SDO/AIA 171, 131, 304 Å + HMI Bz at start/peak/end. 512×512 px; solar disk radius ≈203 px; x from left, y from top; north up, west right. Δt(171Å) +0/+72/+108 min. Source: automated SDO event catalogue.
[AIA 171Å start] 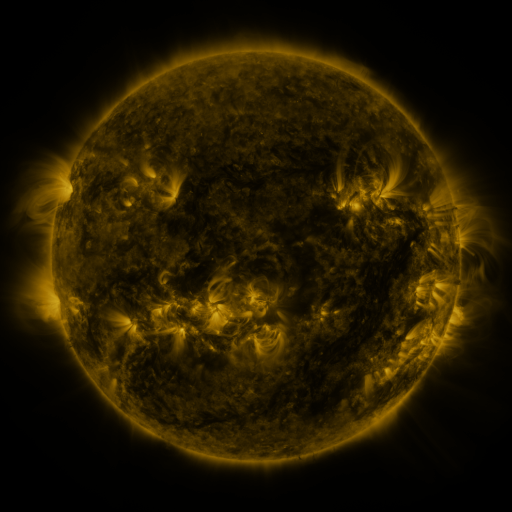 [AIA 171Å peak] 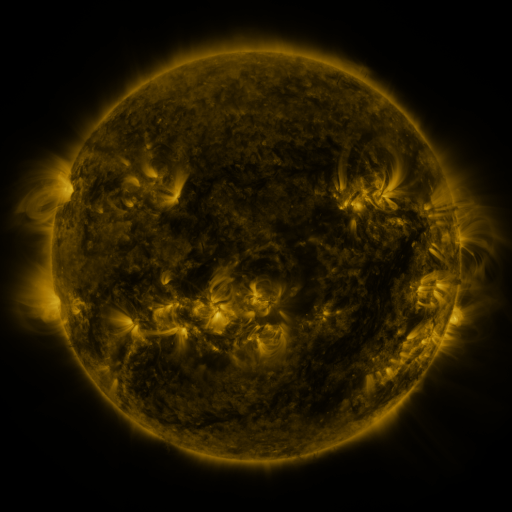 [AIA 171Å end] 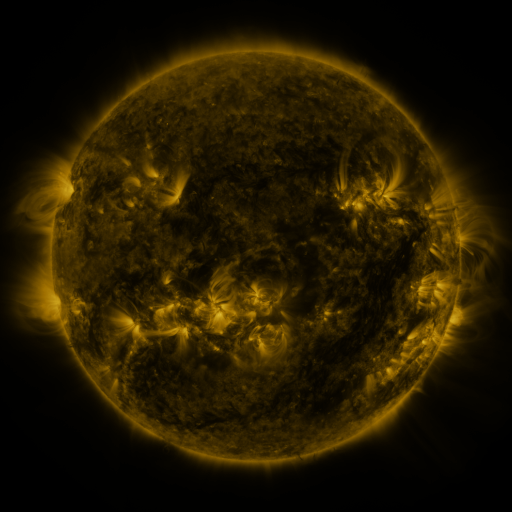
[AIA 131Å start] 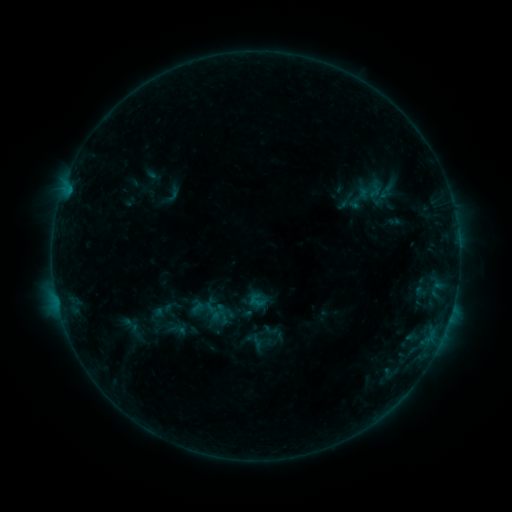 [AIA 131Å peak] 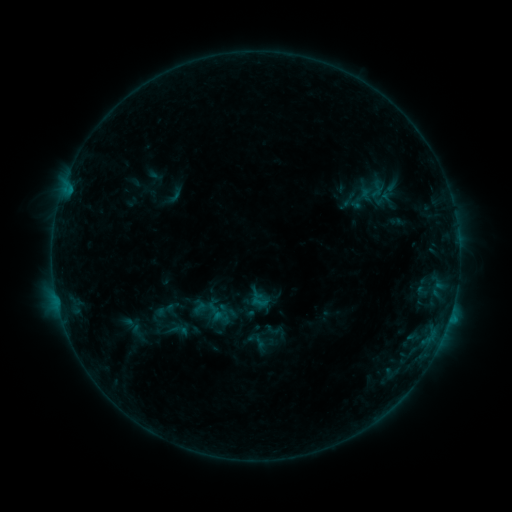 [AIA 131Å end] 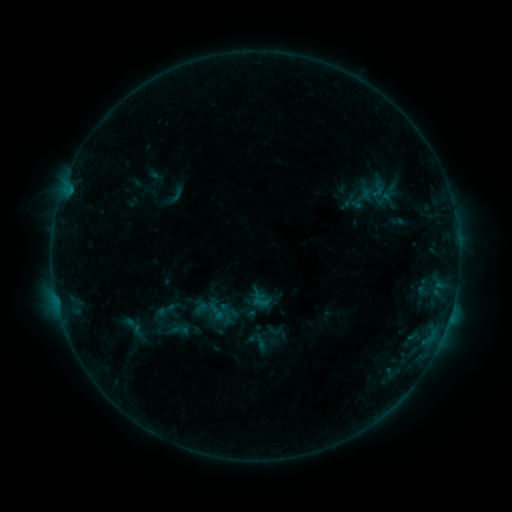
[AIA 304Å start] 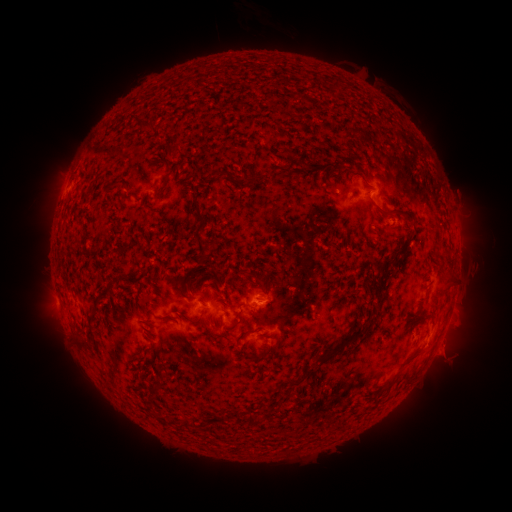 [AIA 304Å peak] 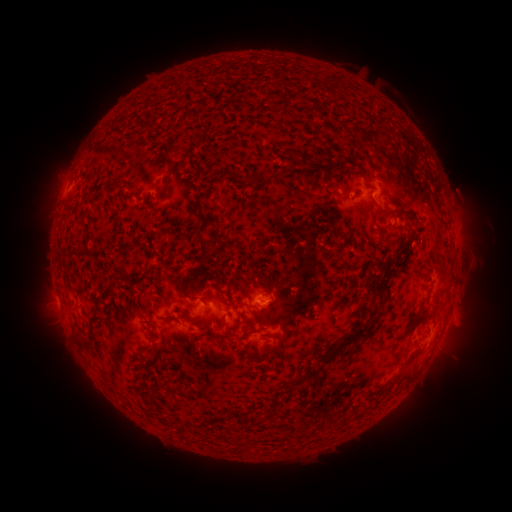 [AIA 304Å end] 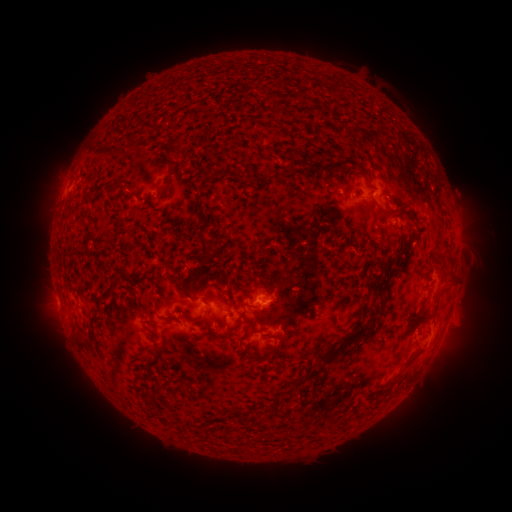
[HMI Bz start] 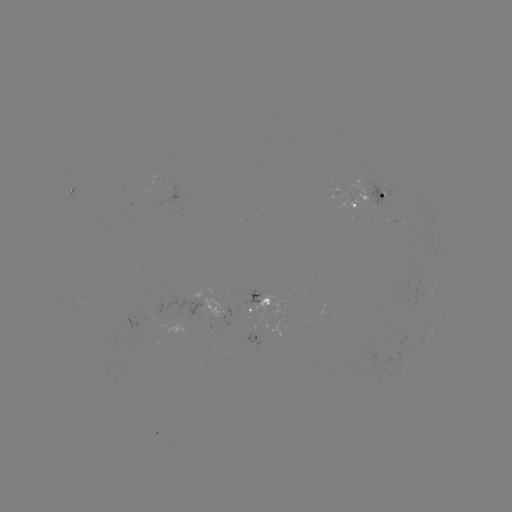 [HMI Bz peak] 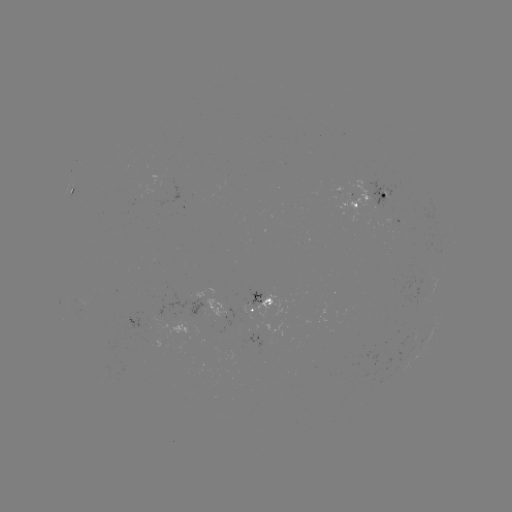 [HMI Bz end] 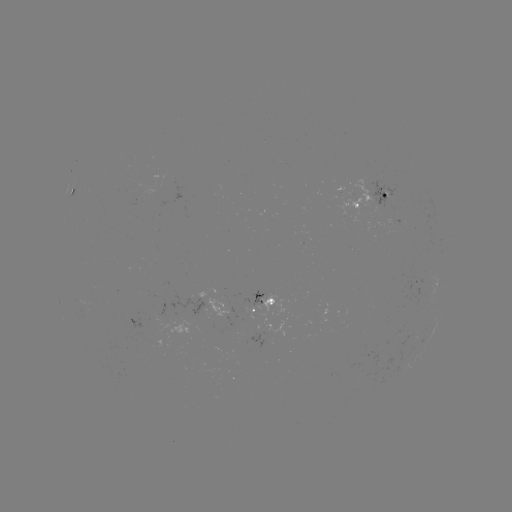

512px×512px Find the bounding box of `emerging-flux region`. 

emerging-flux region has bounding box [328, 178, 379, 220].